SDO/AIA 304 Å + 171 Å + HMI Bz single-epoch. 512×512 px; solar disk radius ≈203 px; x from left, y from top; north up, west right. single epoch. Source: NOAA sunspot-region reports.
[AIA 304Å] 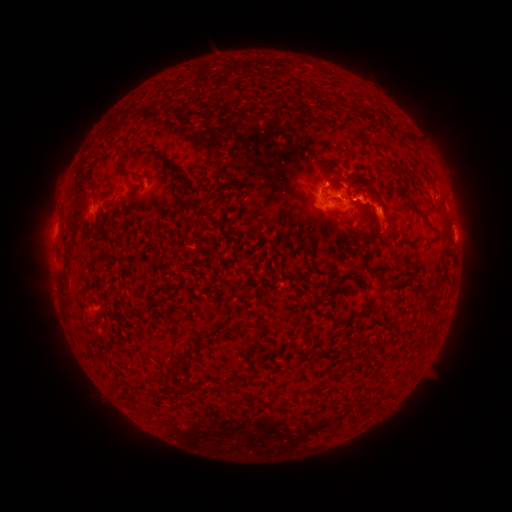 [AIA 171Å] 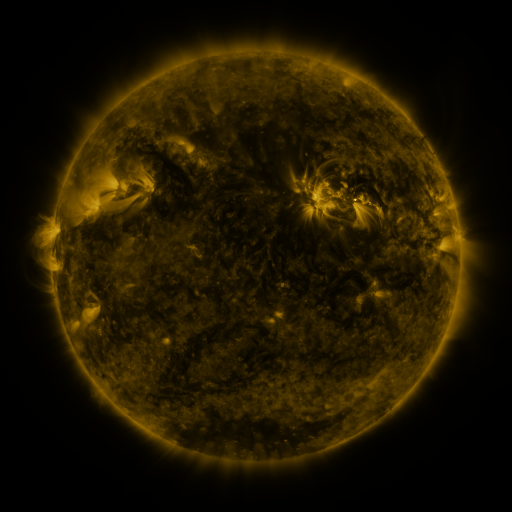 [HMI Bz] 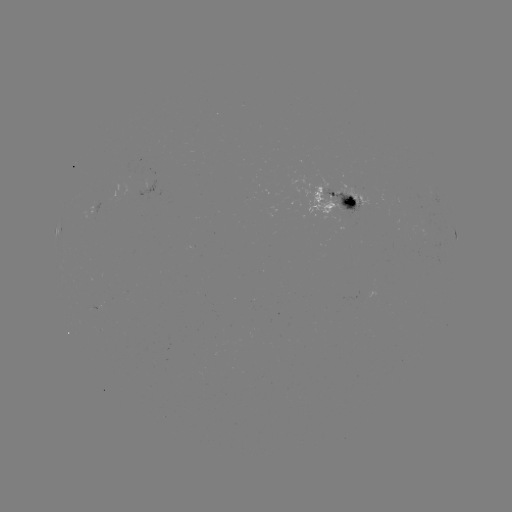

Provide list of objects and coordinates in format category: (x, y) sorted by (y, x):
spotted active region: (144, 194)
spotted active region: (438, 202)
spotted active region: (337, 203)
